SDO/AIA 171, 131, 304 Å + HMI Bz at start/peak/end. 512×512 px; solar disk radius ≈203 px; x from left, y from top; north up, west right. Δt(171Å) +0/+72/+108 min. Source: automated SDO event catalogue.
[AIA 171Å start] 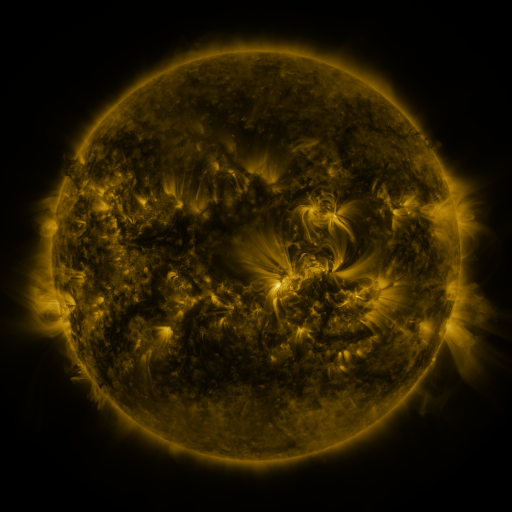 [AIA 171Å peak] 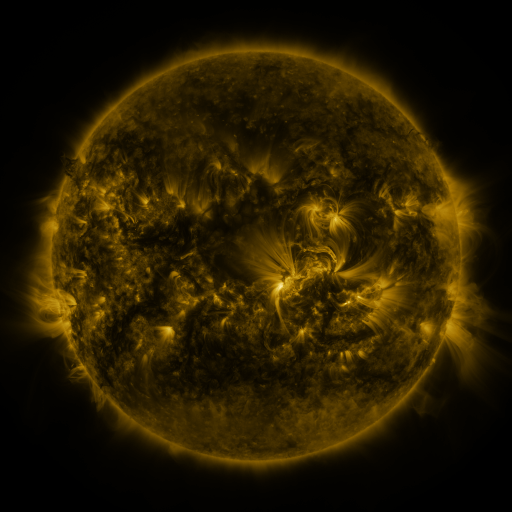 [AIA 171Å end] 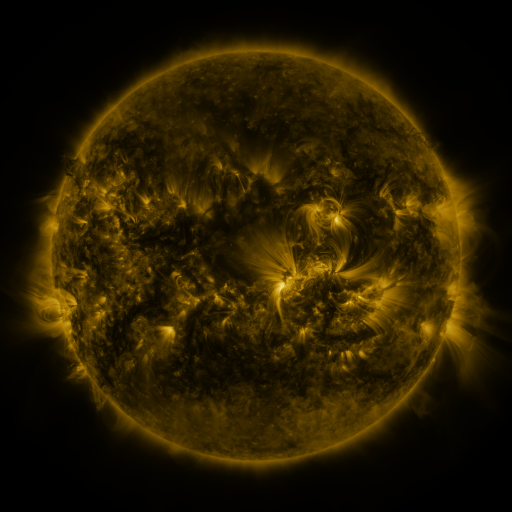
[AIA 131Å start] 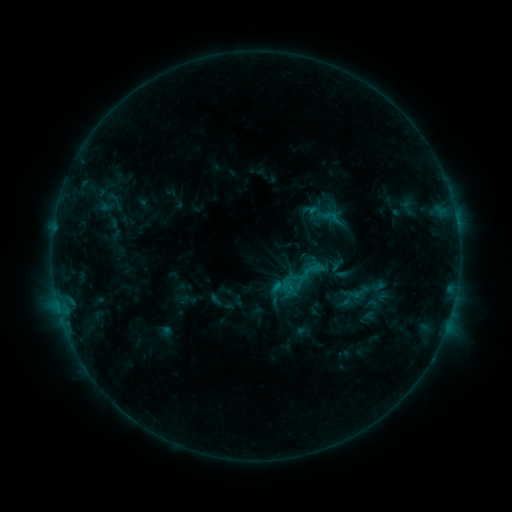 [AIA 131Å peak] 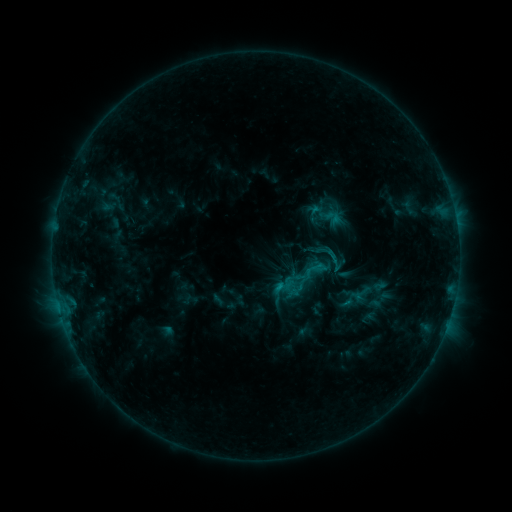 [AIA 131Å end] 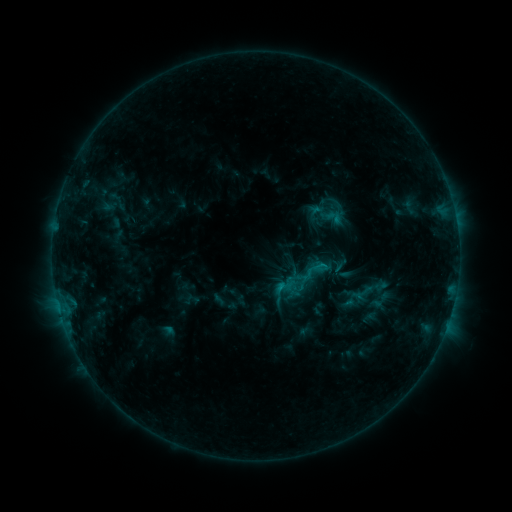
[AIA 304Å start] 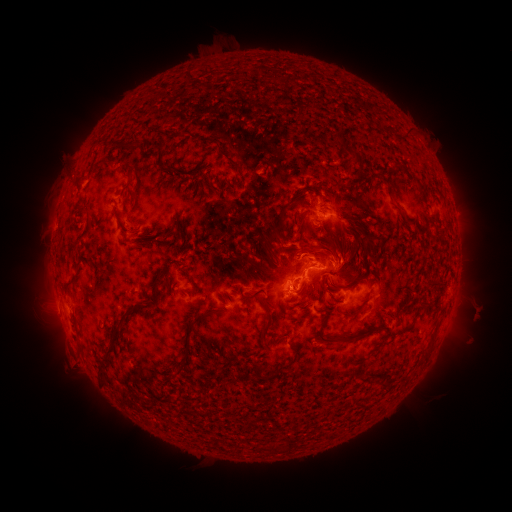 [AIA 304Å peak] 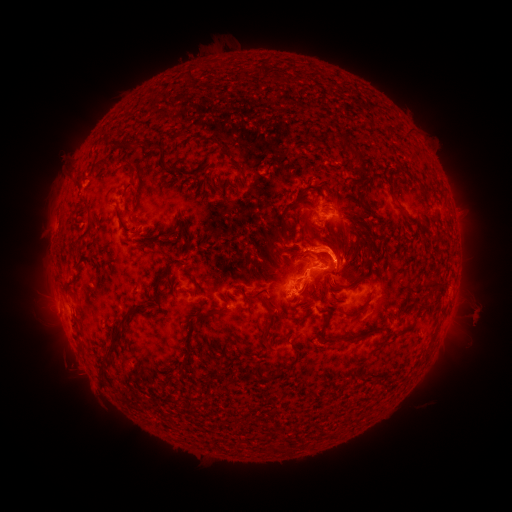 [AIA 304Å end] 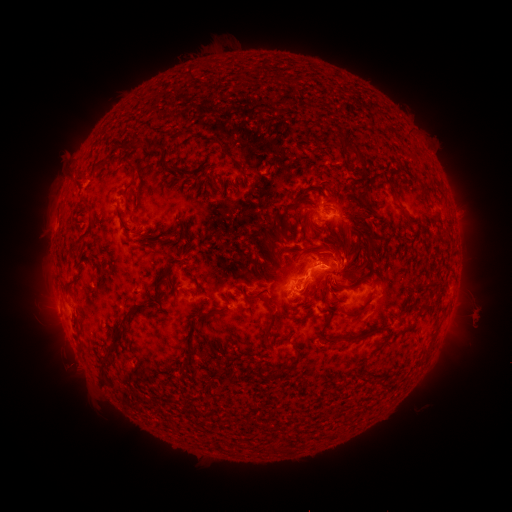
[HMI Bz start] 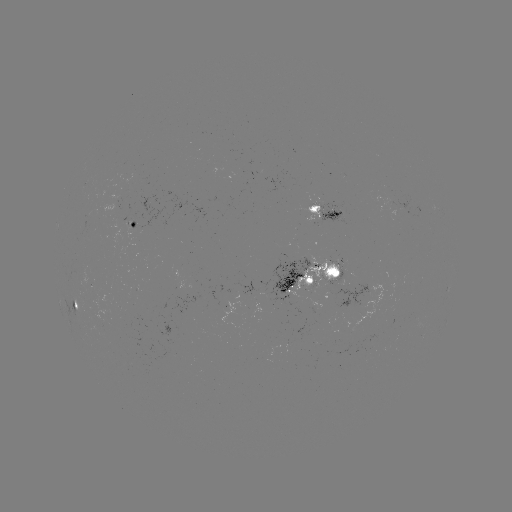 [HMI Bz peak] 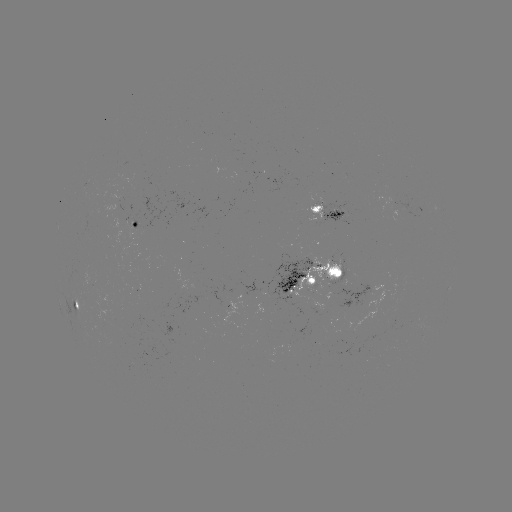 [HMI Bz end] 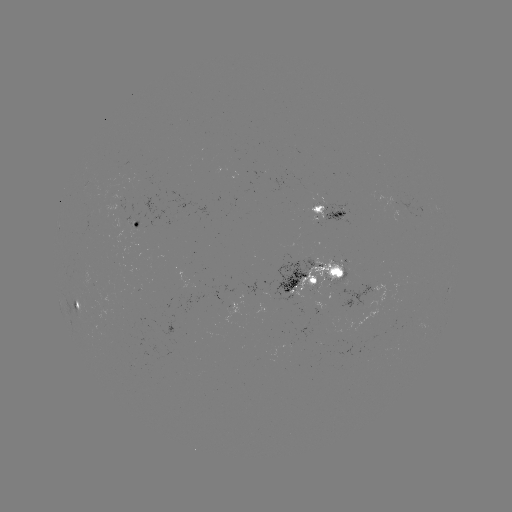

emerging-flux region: <bbox>326, 259, 344, 287</bbox>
